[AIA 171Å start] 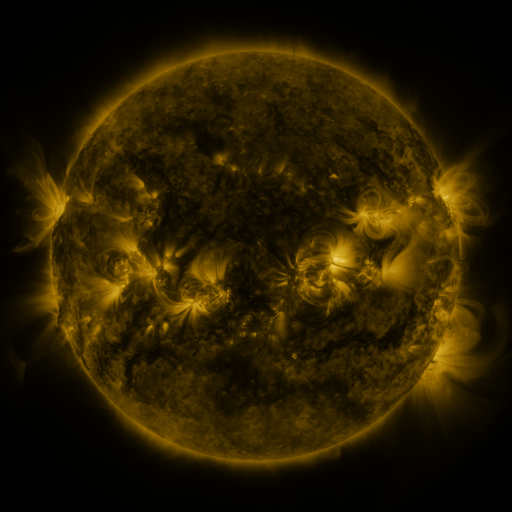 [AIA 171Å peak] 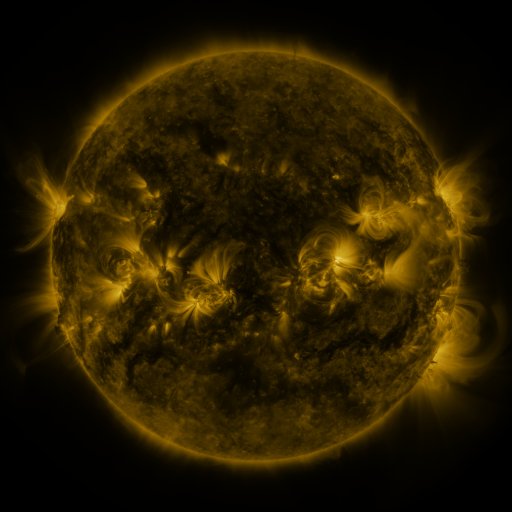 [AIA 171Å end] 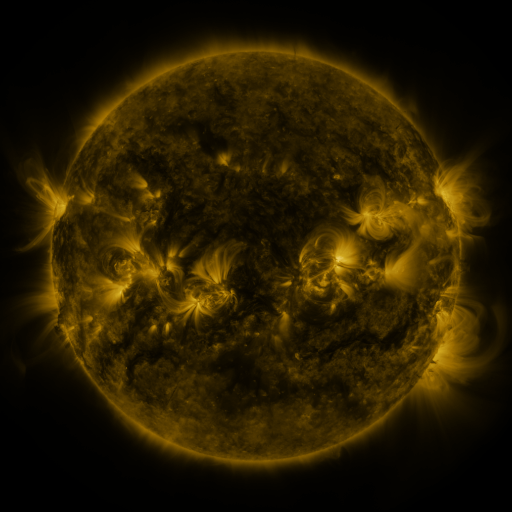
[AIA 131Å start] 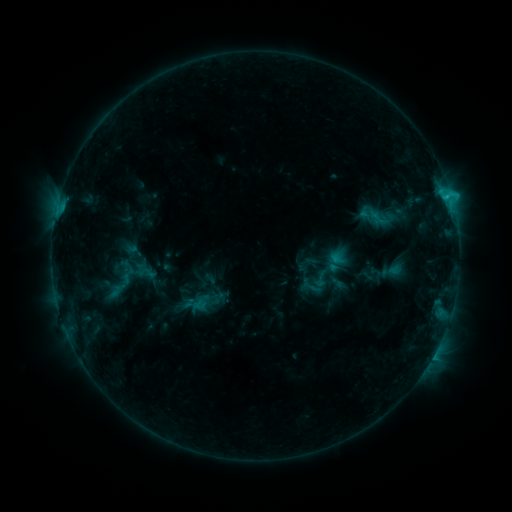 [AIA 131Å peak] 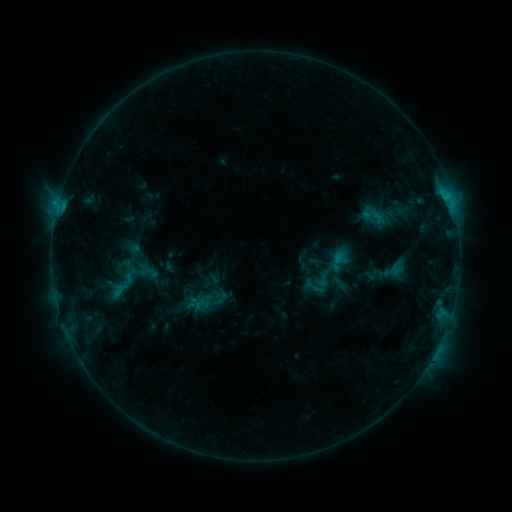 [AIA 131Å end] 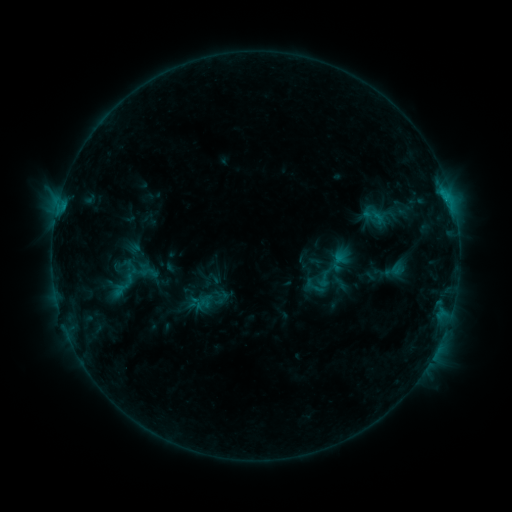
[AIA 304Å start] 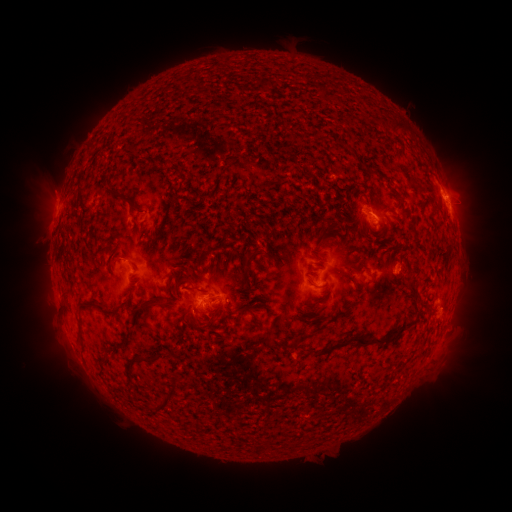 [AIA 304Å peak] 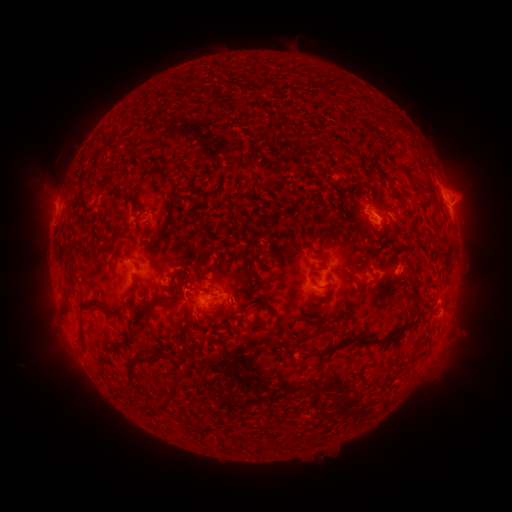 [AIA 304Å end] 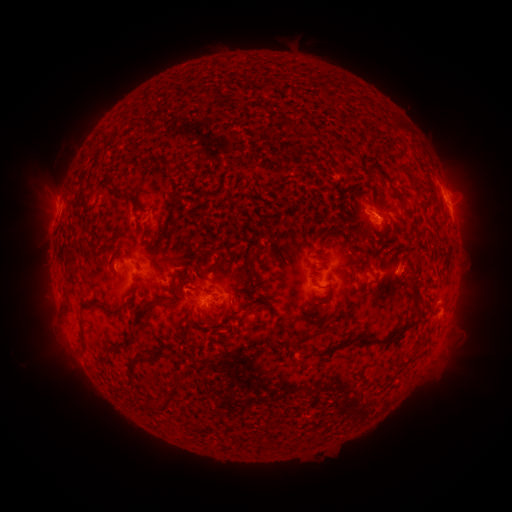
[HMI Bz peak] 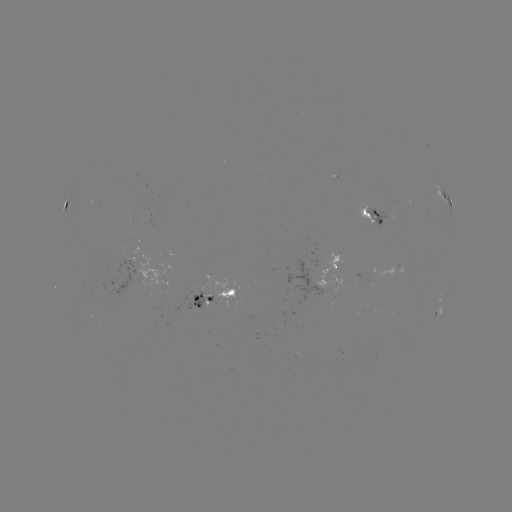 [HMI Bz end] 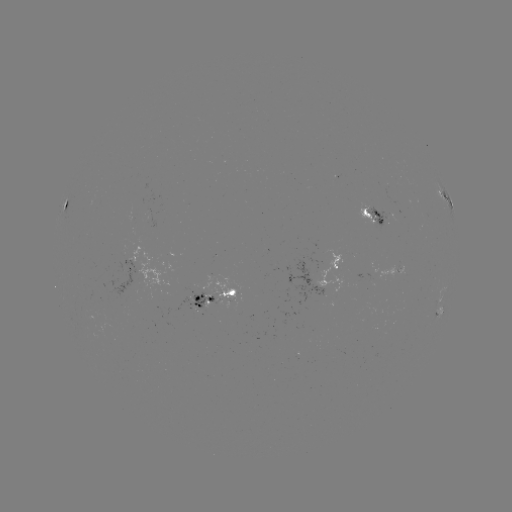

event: emerging-flux region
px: (424, 216)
